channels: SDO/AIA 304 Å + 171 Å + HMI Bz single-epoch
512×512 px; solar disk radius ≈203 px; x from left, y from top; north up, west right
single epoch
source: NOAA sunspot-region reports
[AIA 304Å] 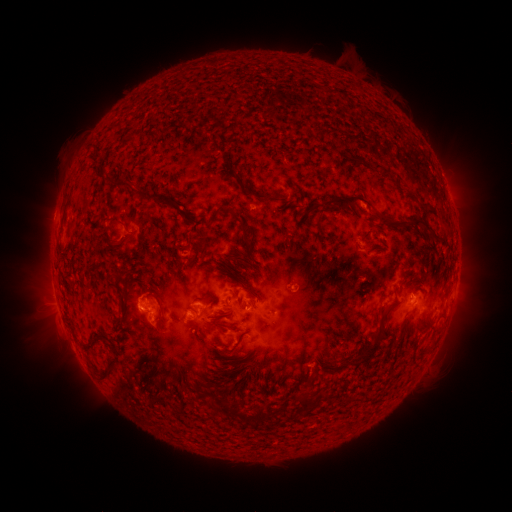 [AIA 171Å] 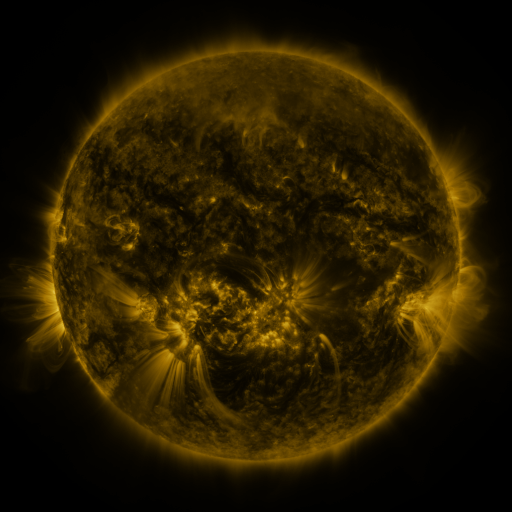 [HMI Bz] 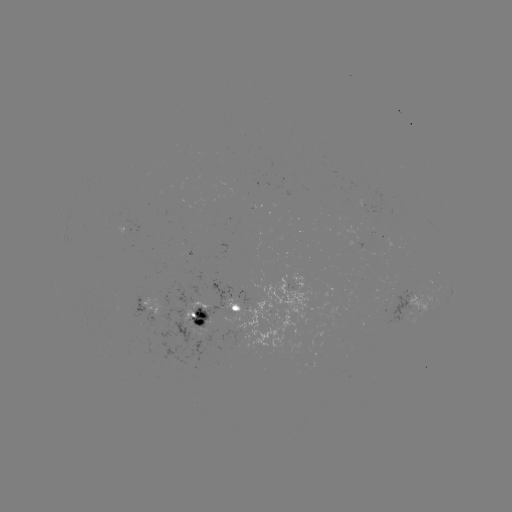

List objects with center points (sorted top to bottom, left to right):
spotted active region: (132, 230)
spotted active region: (308, 296)
spotted active region: (417, 303)
spotted active region: (153, 308)
spotted active region: (231, 310)
